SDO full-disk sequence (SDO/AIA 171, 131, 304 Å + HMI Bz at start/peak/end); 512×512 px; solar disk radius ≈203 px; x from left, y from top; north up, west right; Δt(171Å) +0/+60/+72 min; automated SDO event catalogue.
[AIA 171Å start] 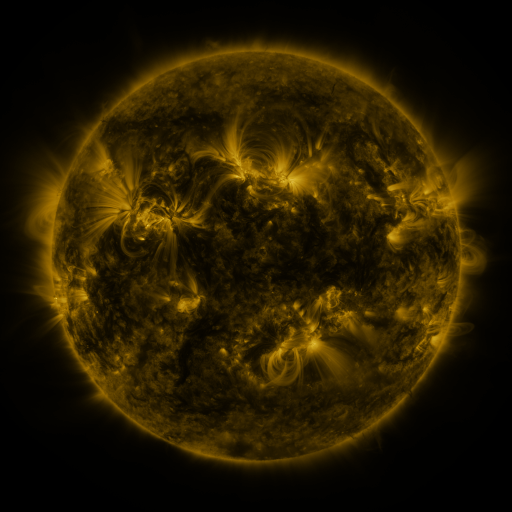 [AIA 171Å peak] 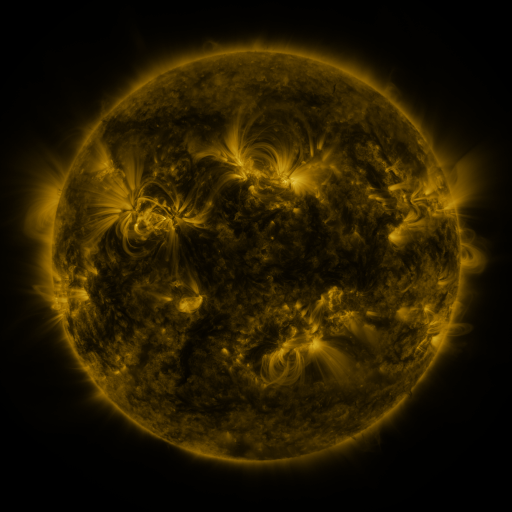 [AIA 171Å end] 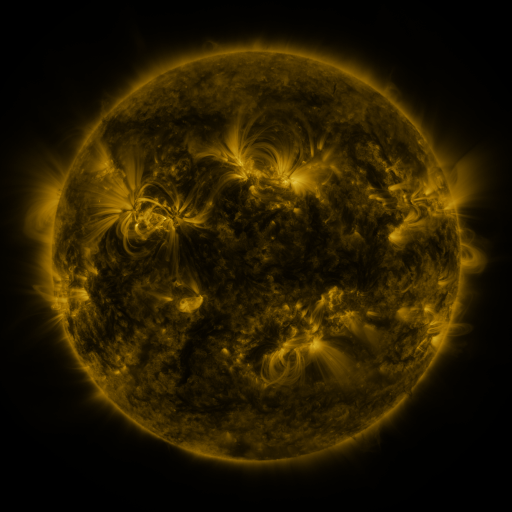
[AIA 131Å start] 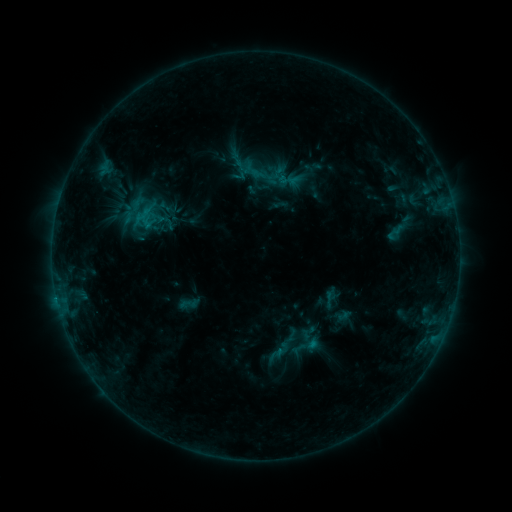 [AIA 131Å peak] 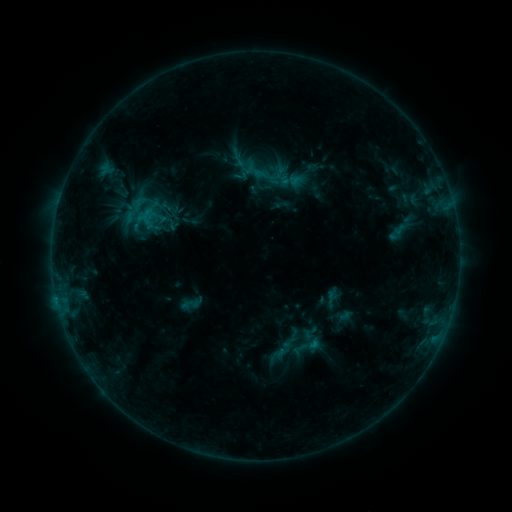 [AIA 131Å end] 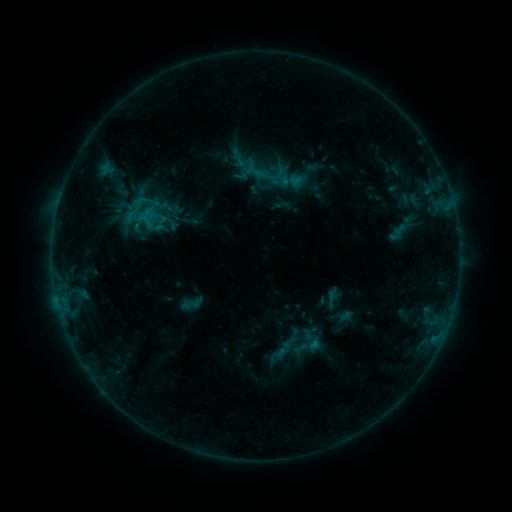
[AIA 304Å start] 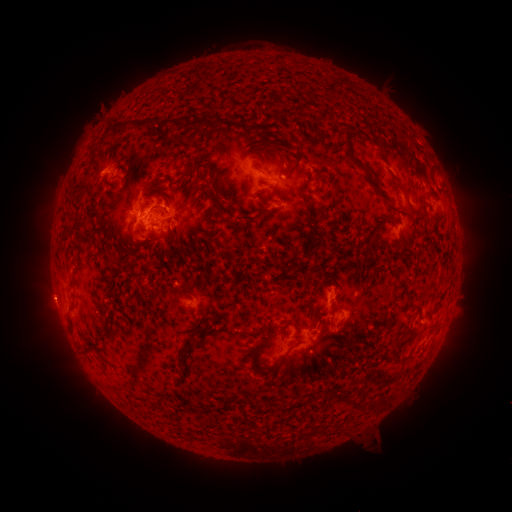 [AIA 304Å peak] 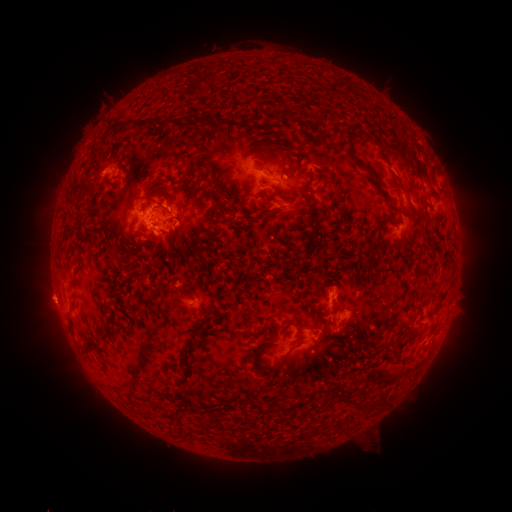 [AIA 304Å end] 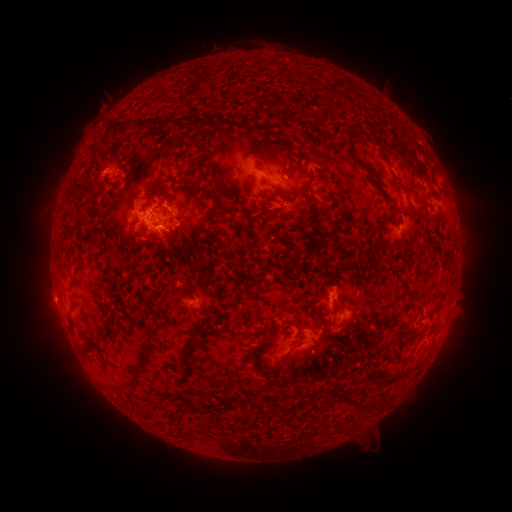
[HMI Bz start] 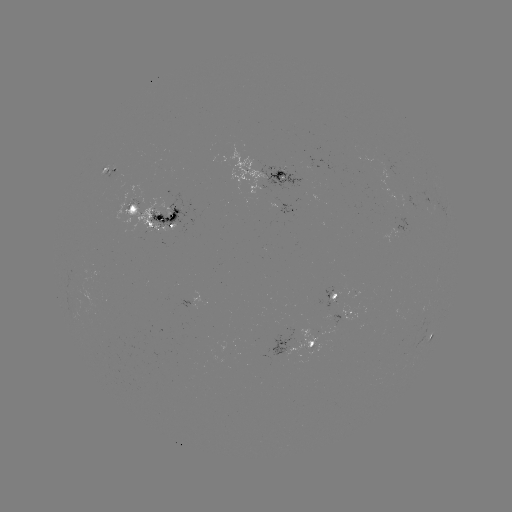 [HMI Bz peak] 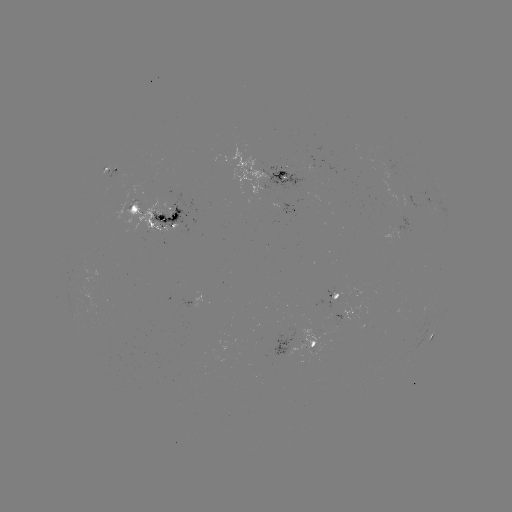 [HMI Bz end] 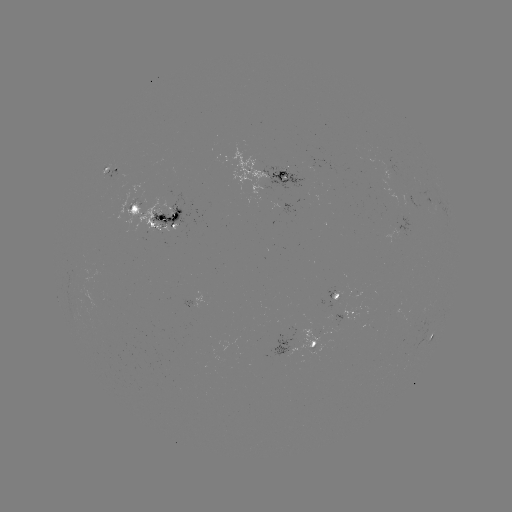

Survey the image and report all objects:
emerging-flux region: (131, 194)
